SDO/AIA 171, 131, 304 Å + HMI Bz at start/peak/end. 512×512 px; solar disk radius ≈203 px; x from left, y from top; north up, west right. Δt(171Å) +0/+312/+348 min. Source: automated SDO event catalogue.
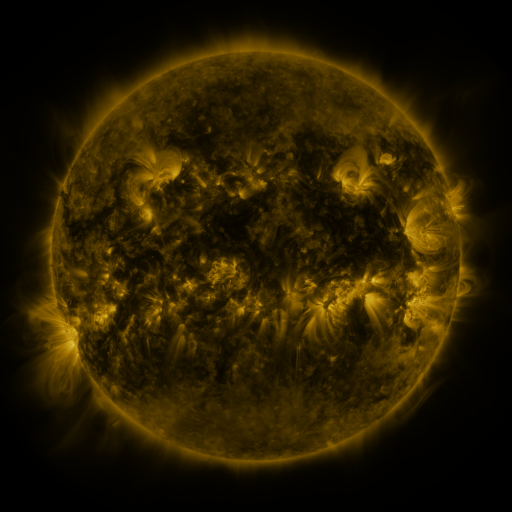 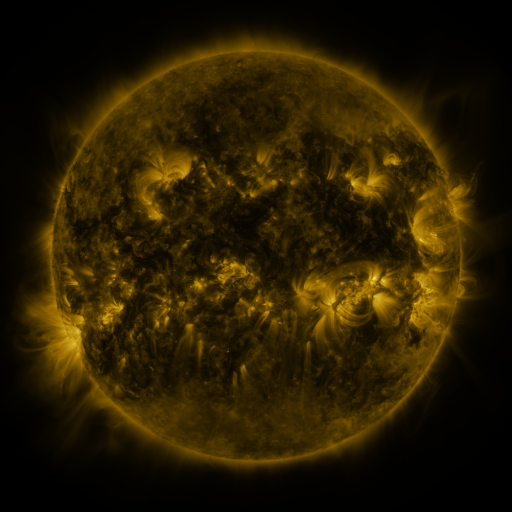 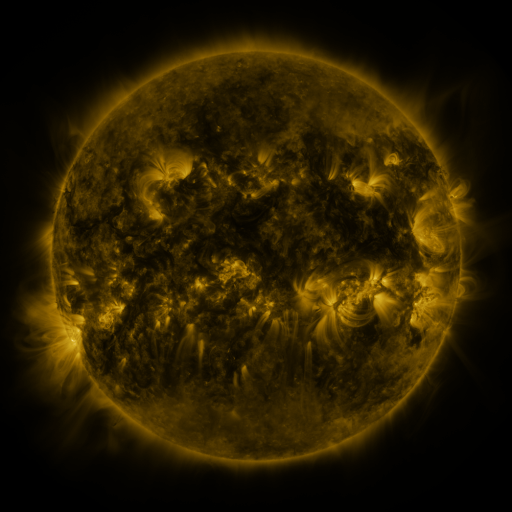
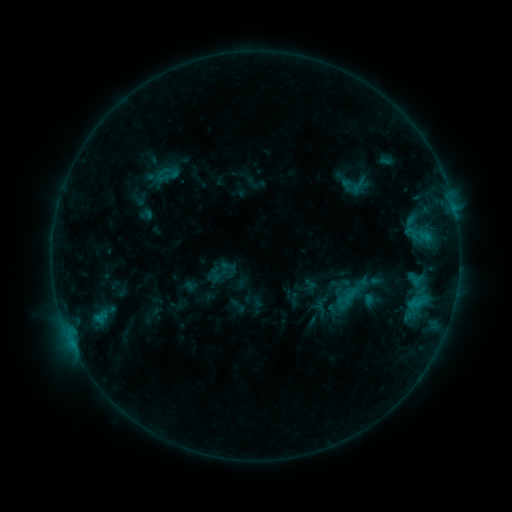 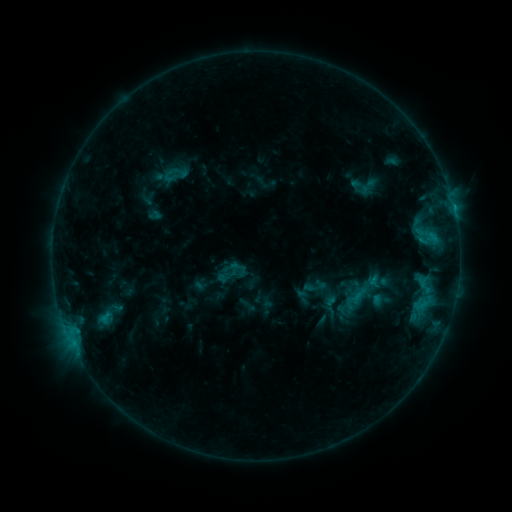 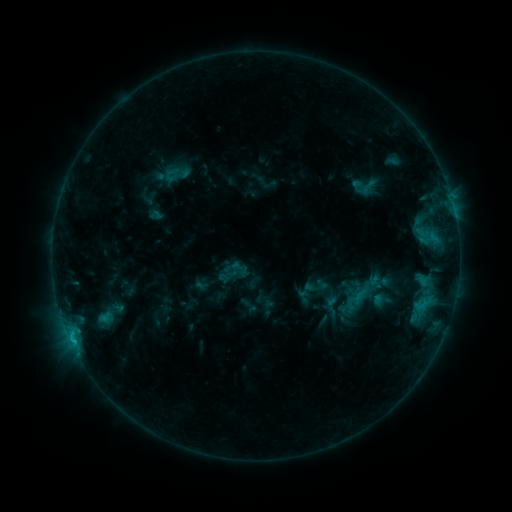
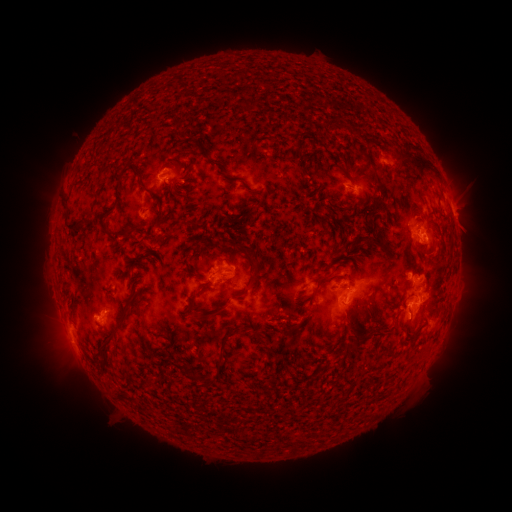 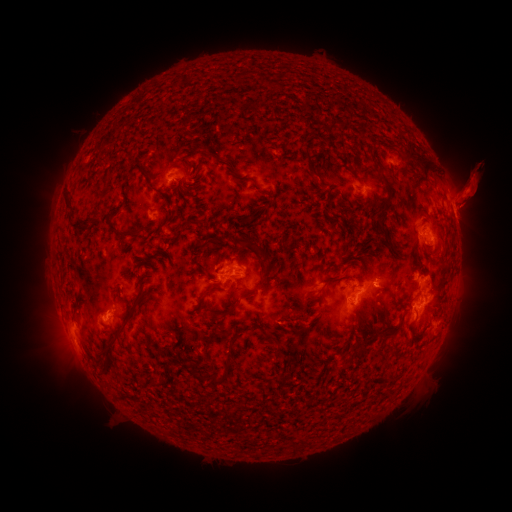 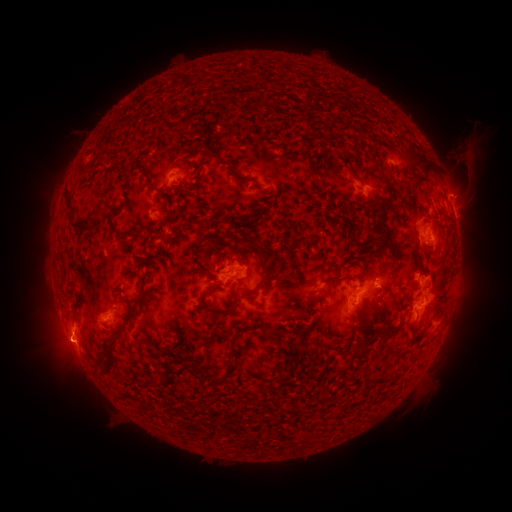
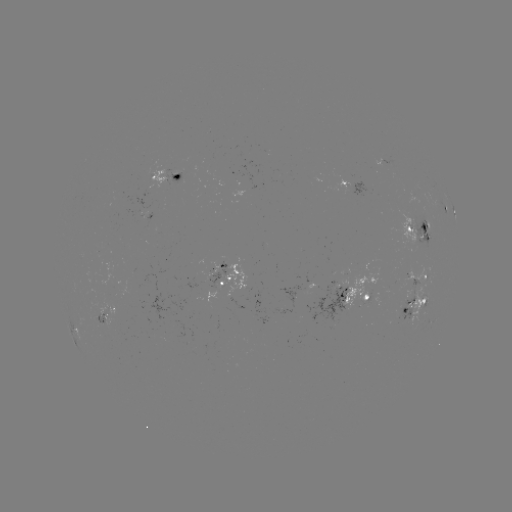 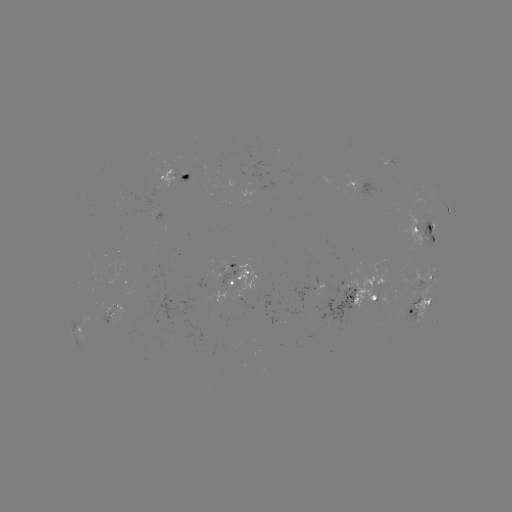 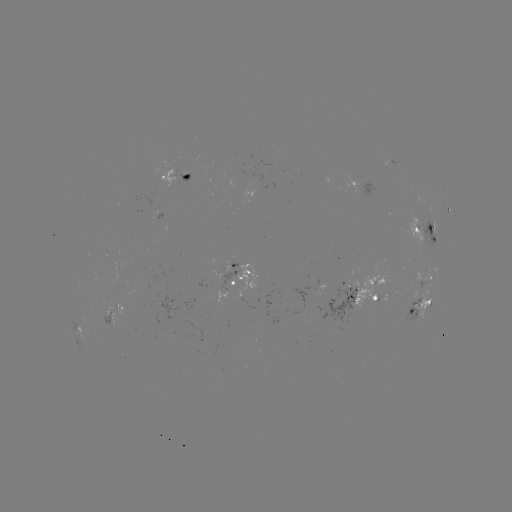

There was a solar emerging-flux region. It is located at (373, 294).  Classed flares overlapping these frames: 4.